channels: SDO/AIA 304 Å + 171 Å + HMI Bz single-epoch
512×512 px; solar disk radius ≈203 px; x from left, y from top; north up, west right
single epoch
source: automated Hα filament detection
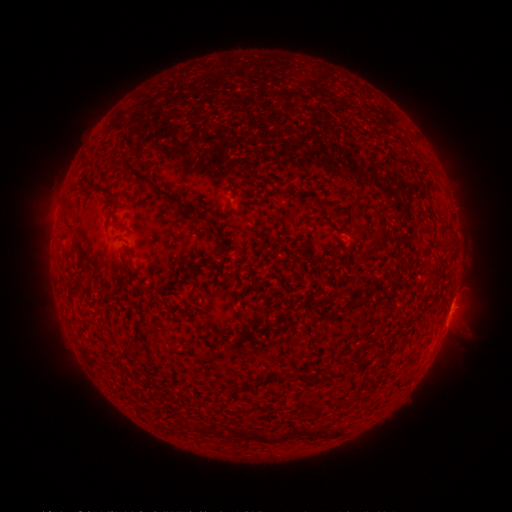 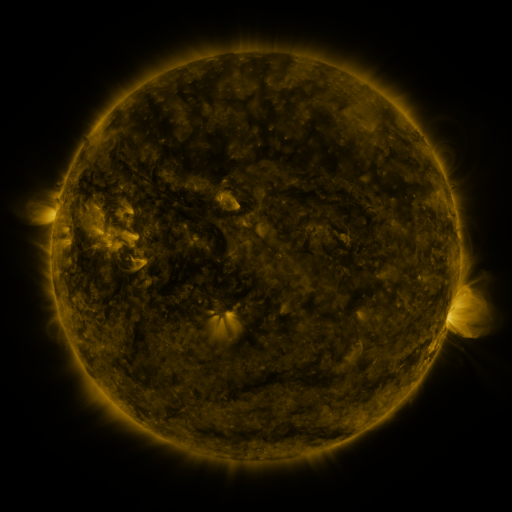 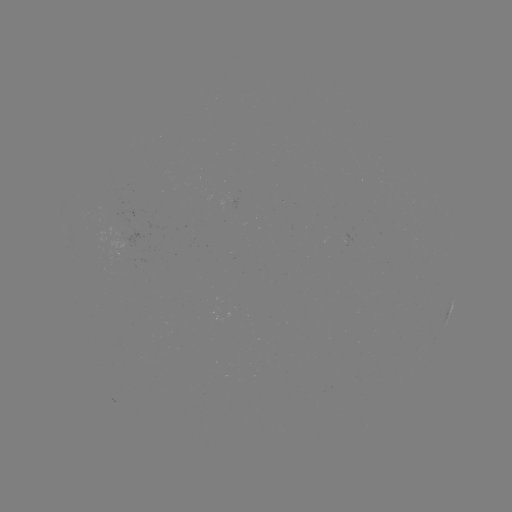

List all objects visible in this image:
filament: (119, 153, 200, 210)
filament: (353, 202, 376, 215)
filament: (371, 231, 385, 241)
filament: (354, 253, 371, 268)
filament: (121, 343, 130, 351)
filament: (231, 385, 244, 392)
filament: (292, 427, 326, 437)
filament: (255, 433, 267, 443)
